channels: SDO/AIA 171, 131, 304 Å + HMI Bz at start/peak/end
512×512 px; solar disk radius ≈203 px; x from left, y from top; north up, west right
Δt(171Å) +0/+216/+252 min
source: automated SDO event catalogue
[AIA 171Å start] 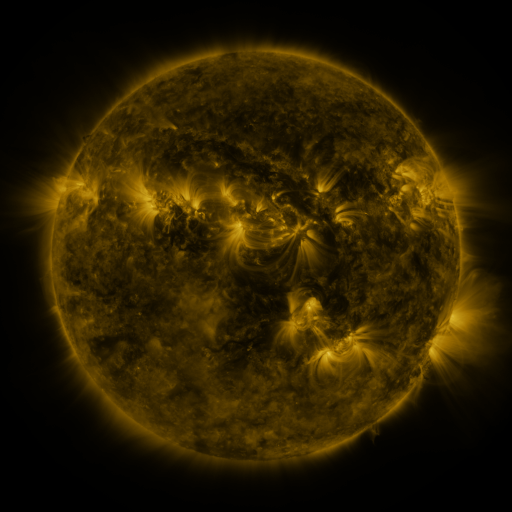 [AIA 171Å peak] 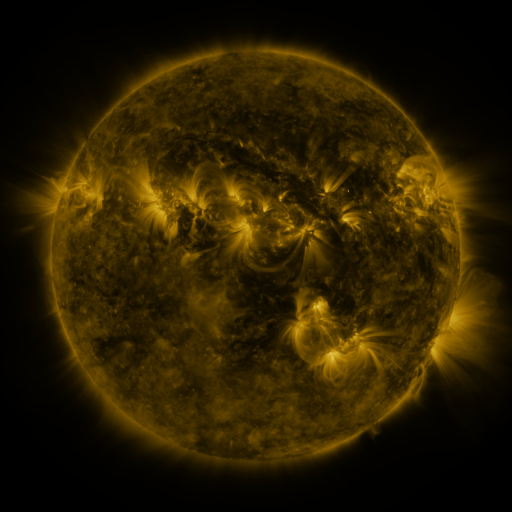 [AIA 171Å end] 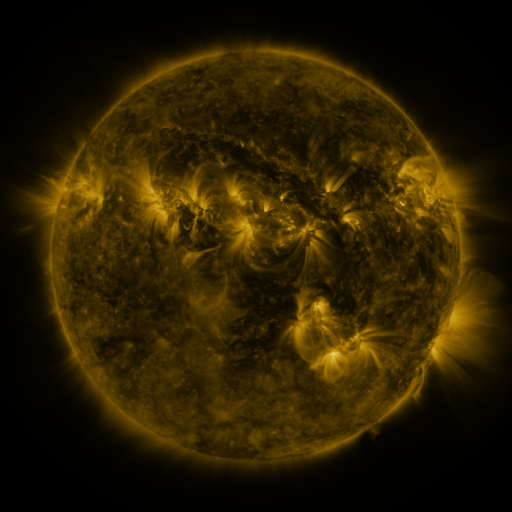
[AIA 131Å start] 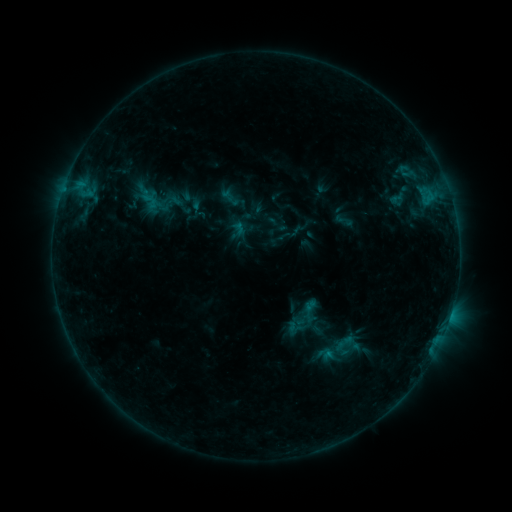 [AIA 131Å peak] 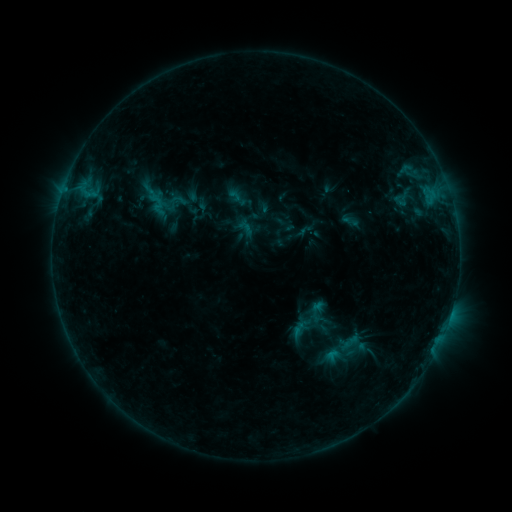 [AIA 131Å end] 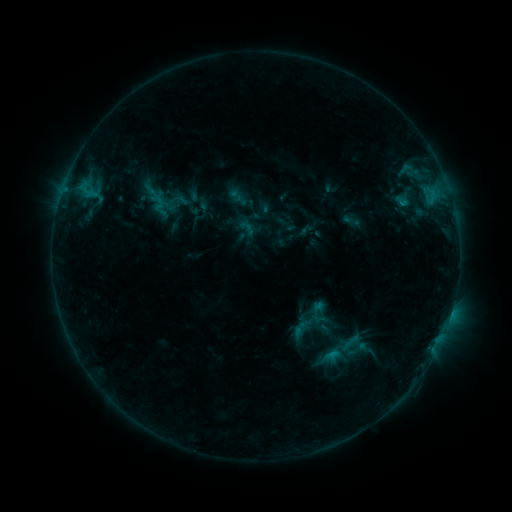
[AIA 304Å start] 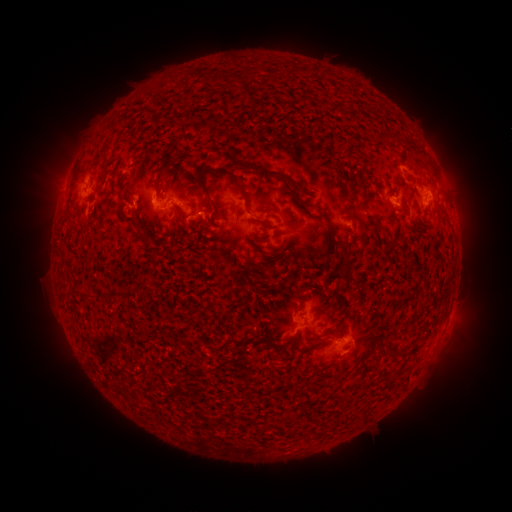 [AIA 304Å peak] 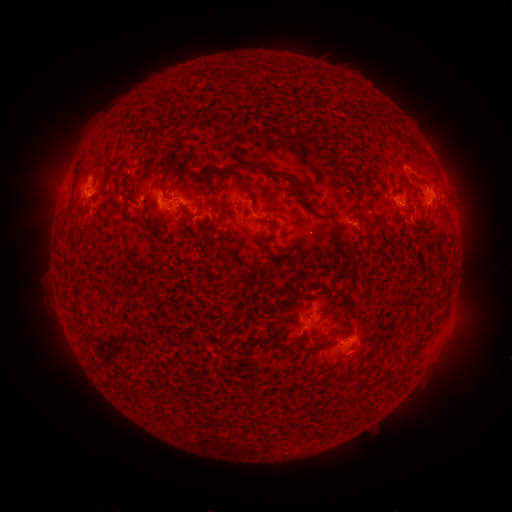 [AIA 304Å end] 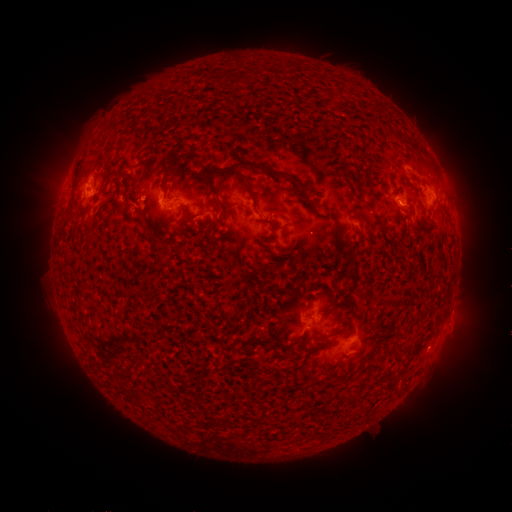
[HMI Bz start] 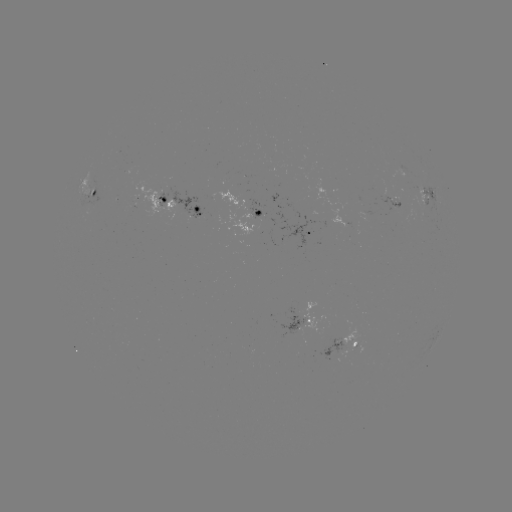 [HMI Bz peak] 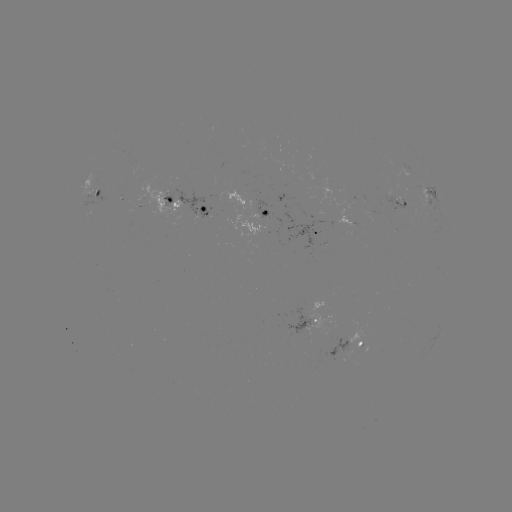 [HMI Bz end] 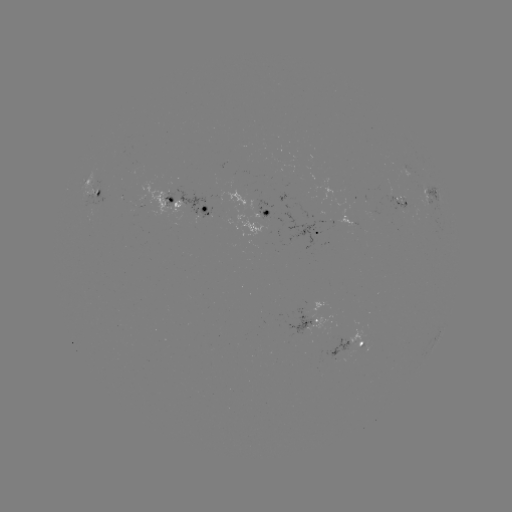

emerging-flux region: [382, 190, 410, 210]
